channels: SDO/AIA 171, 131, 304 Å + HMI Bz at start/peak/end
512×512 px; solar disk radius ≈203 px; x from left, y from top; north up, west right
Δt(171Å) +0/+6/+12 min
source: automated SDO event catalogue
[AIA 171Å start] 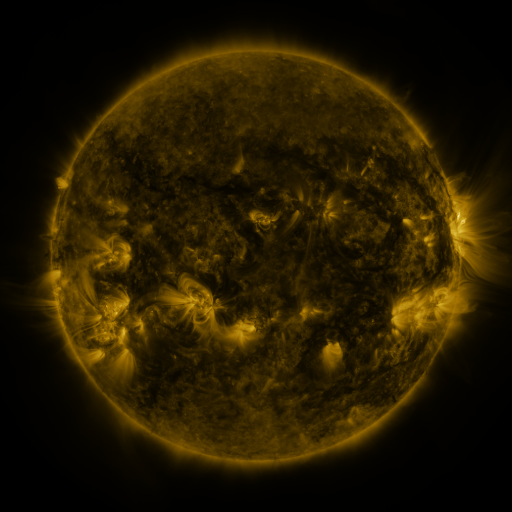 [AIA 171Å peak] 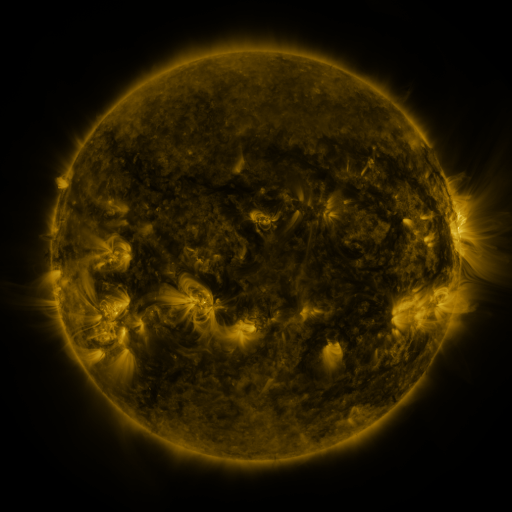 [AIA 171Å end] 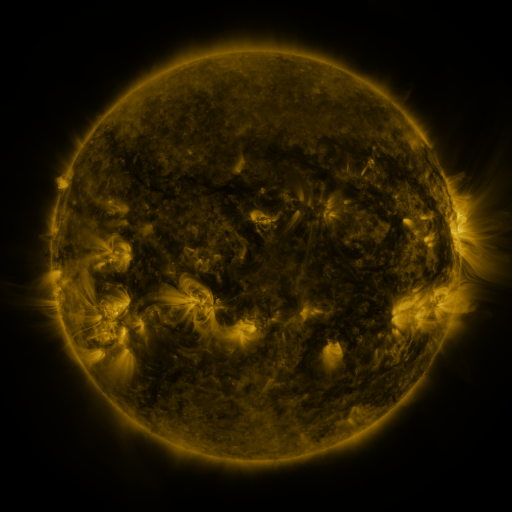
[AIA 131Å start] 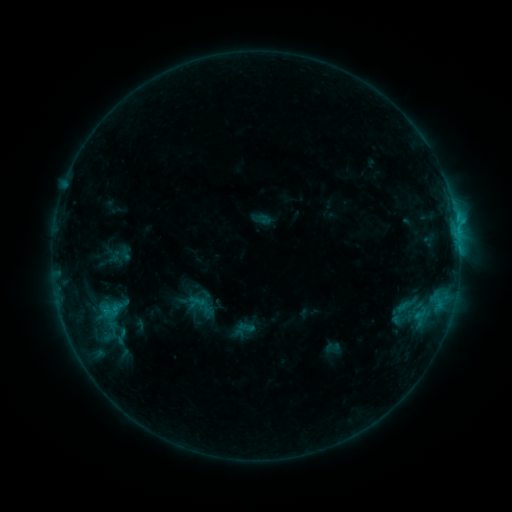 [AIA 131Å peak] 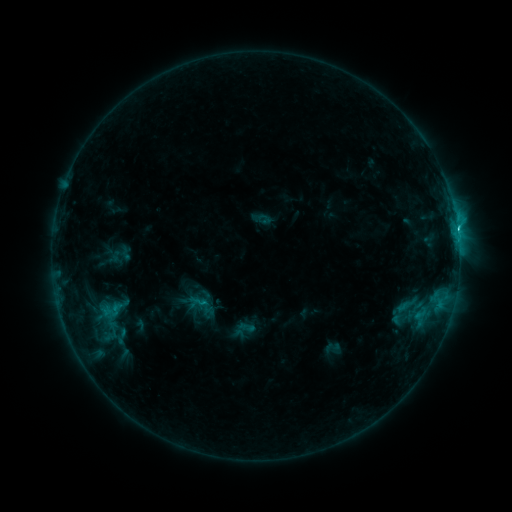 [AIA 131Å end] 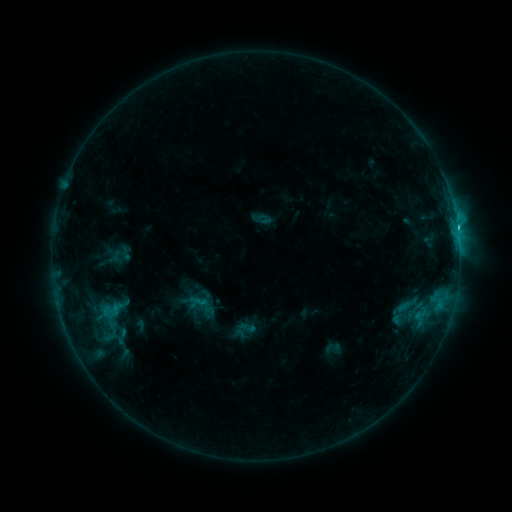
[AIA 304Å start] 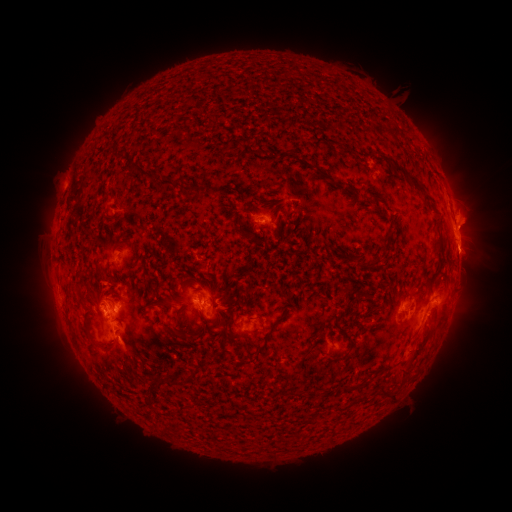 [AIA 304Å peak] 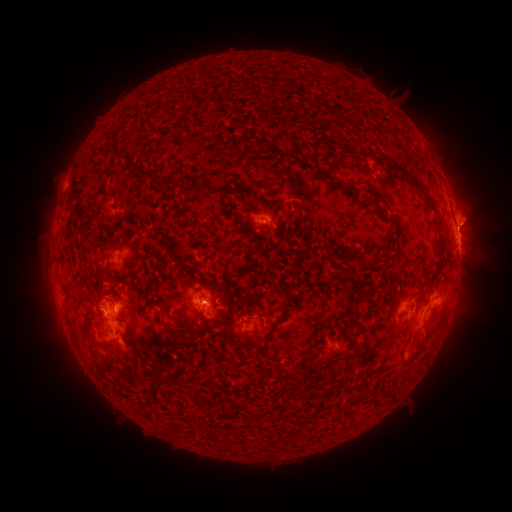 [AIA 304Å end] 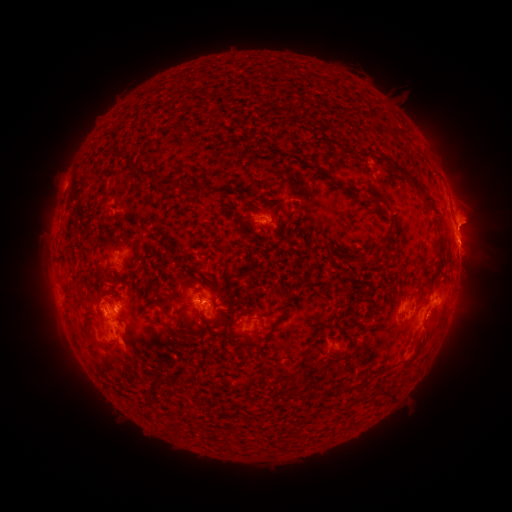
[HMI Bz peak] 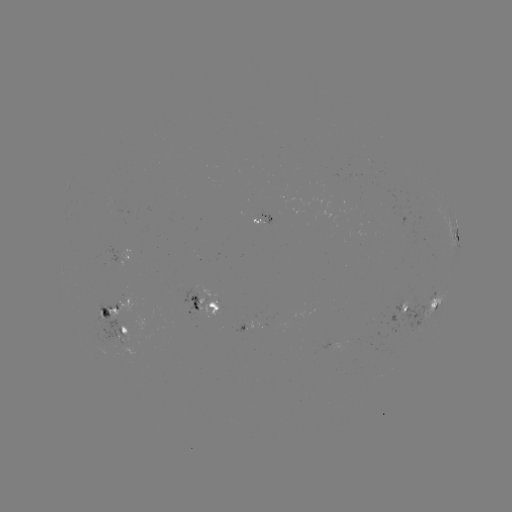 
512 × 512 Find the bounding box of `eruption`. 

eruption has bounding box [437, 198, 505, 252].